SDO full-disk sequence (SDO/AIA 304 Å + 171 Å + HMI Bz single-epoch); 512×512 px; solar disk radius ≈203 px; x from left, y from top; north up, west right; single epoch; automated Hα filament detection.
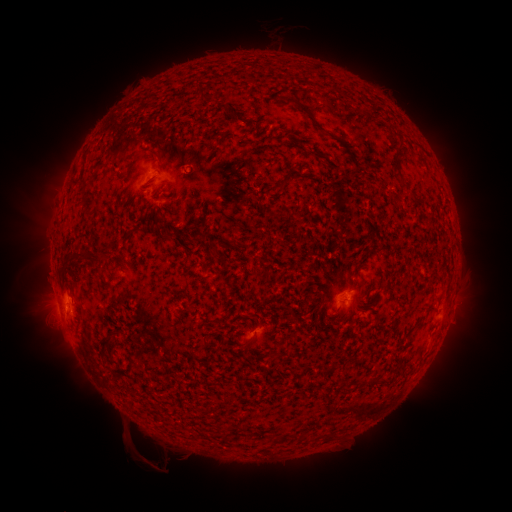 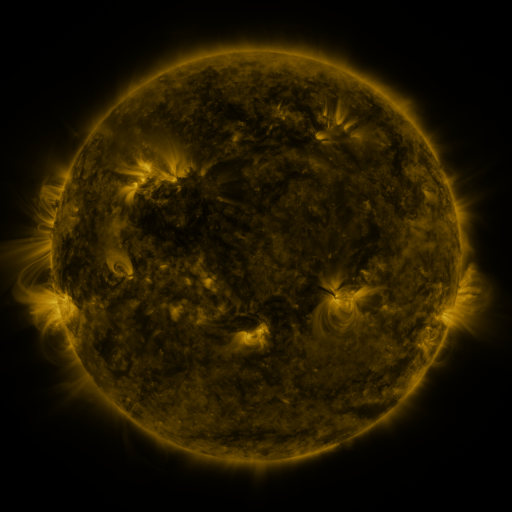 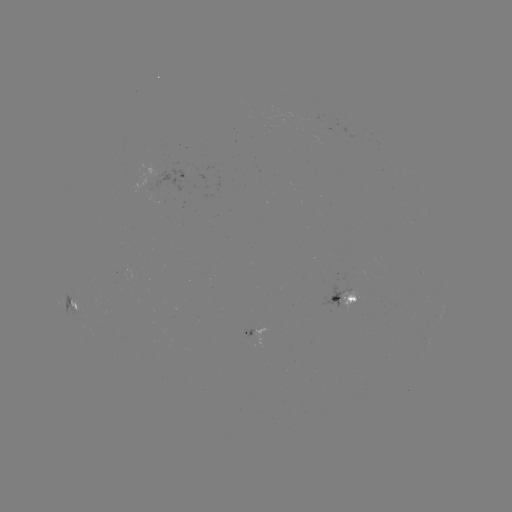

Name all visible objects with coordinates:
filament: (287, 100)
filament: (309, 117)
filament: (304, 138)
filament: (220, 144)
filament: (260, 147)
filament: (152, 155)
filament: (282, 184)
filament: (86, 201)
filament: (280, 215)
filament: (156, 216)
filament: (167, 235)
filament: (83, 256)
filament: (98, 268)
filament: (267, 283)
filament: (114, 334)
filament: (296, 336)
filament: (250, 341)
filament: (380, 379)
filament: (229, 399)
filament: (305, 436)
